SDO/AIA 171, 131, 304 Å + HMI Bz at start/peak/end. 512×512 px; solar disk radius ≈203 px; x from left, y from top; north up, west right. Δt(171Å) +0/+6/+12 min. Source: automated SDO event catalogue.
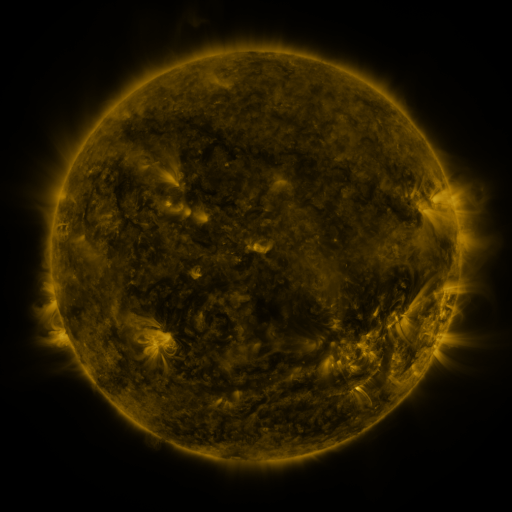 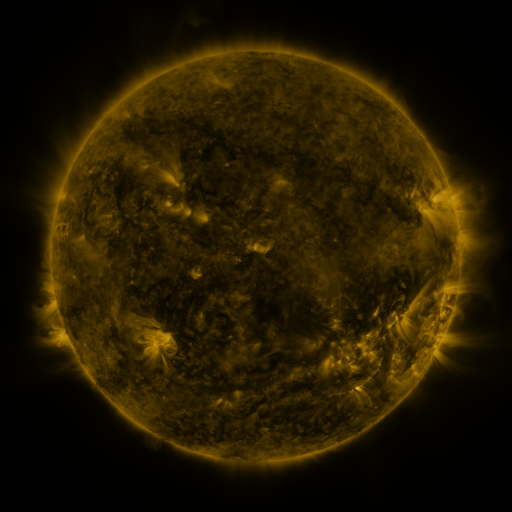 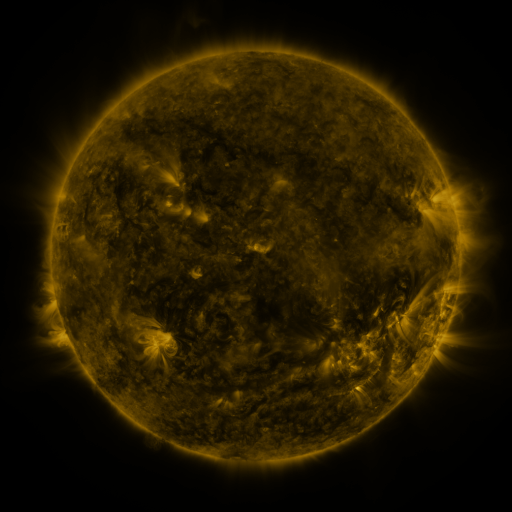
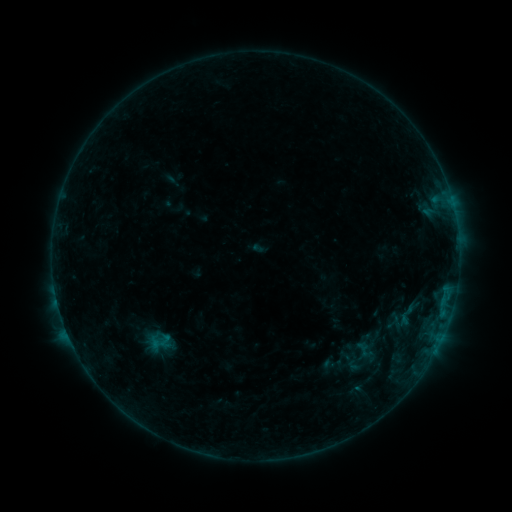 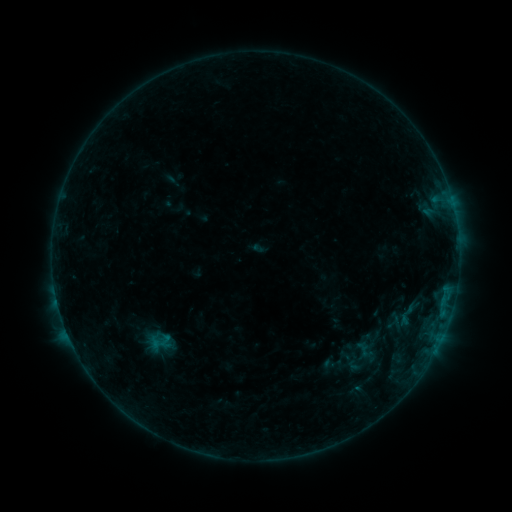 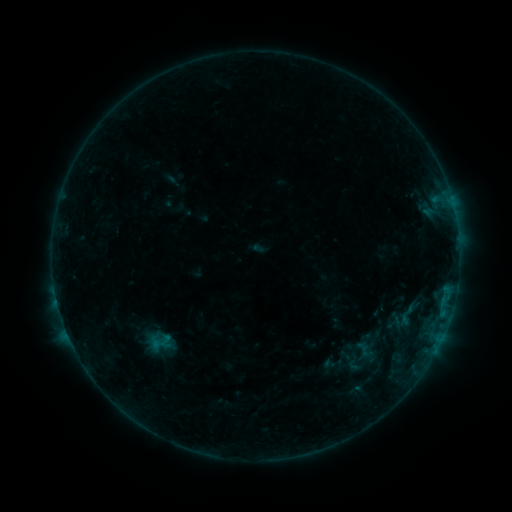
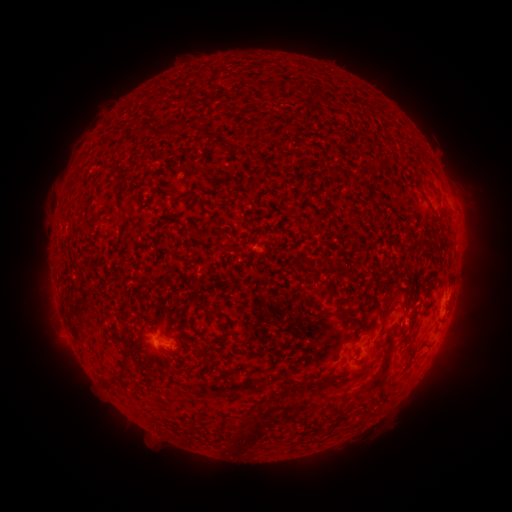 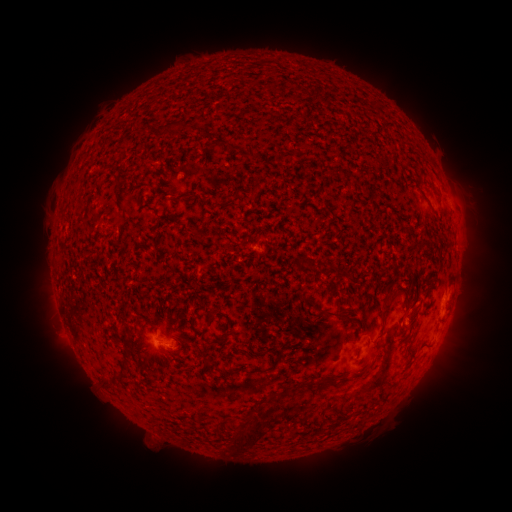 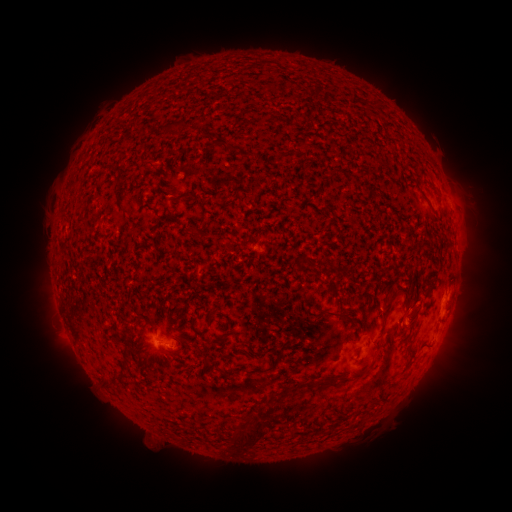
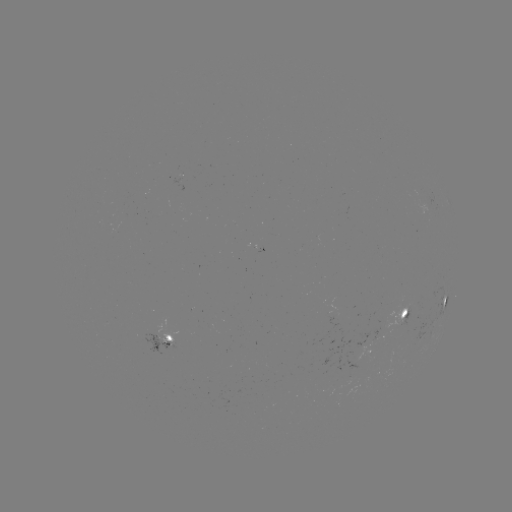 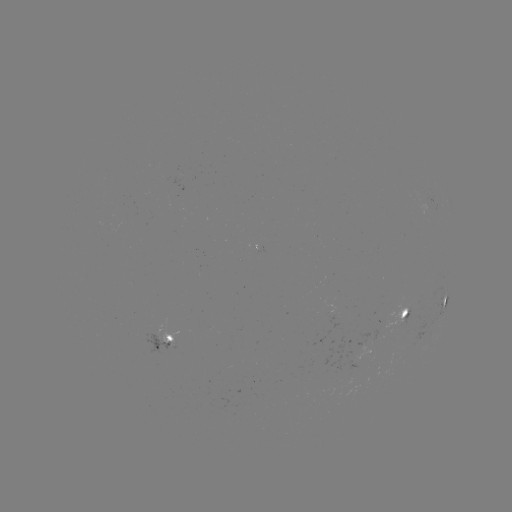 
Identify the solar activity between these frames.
no catalogued flare and no flagged EUV brightening in this window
